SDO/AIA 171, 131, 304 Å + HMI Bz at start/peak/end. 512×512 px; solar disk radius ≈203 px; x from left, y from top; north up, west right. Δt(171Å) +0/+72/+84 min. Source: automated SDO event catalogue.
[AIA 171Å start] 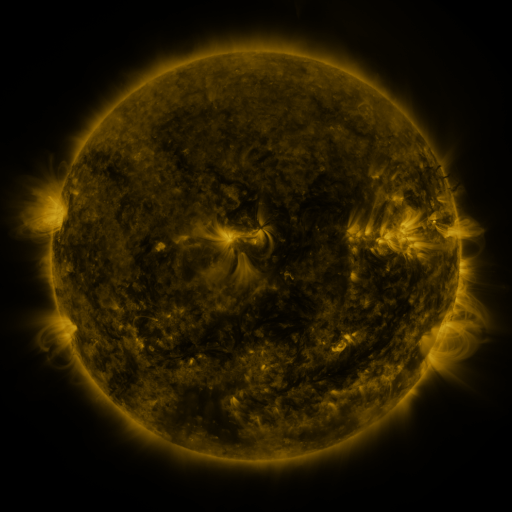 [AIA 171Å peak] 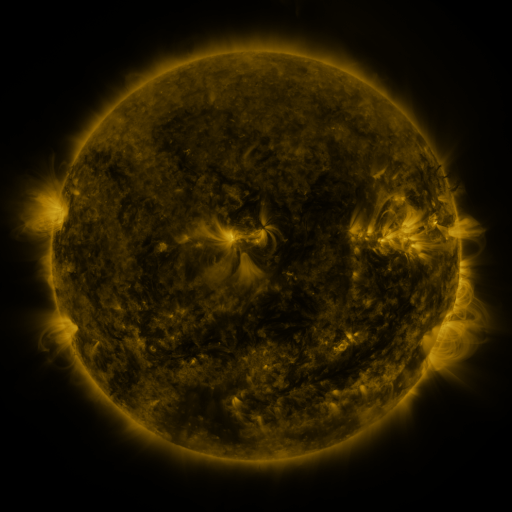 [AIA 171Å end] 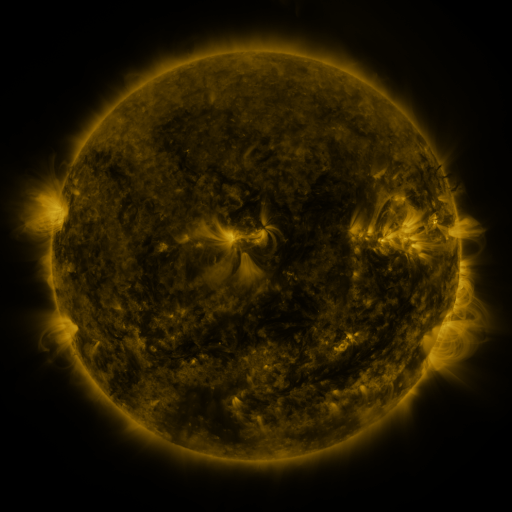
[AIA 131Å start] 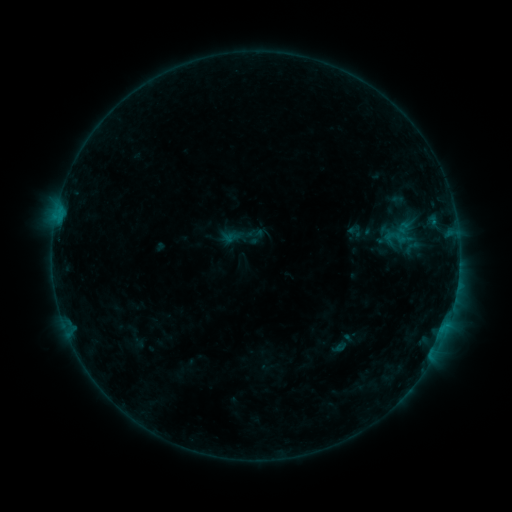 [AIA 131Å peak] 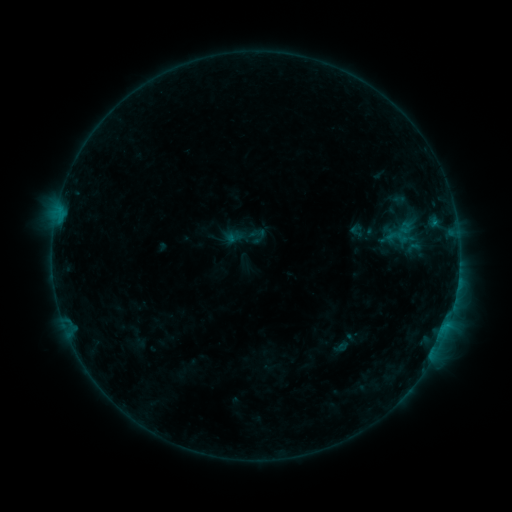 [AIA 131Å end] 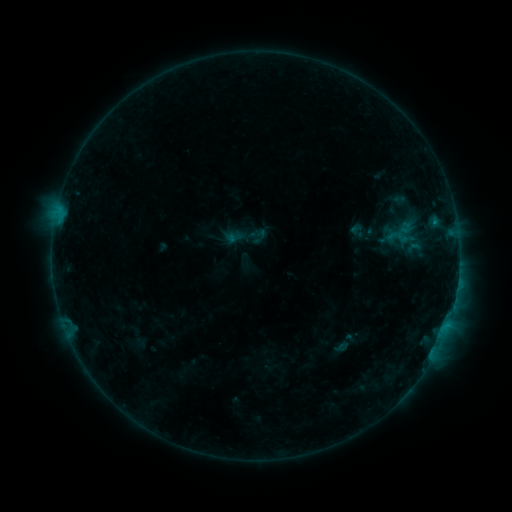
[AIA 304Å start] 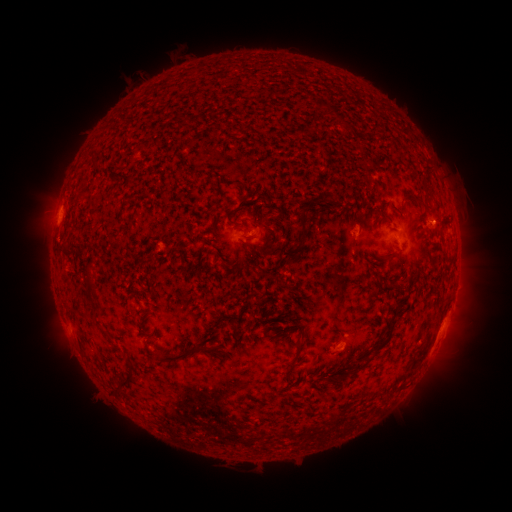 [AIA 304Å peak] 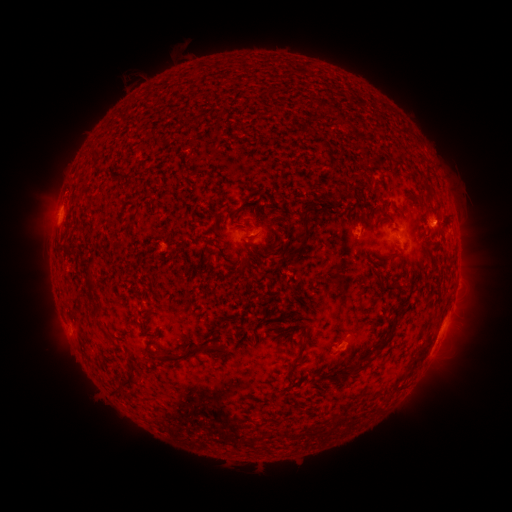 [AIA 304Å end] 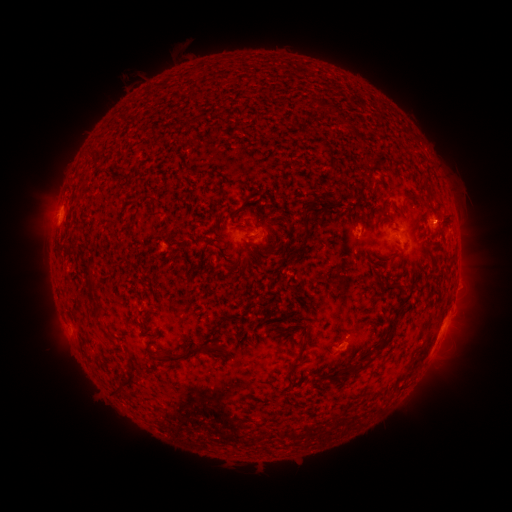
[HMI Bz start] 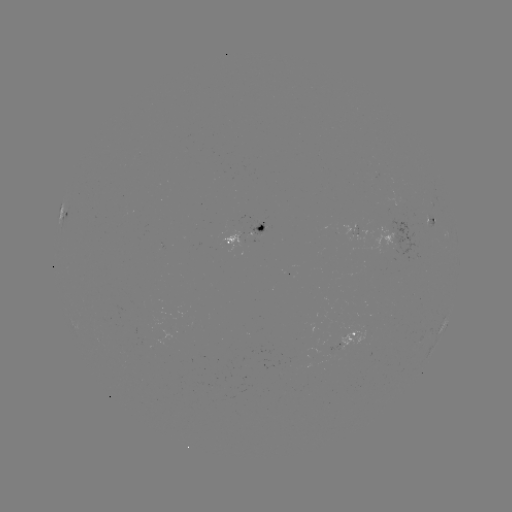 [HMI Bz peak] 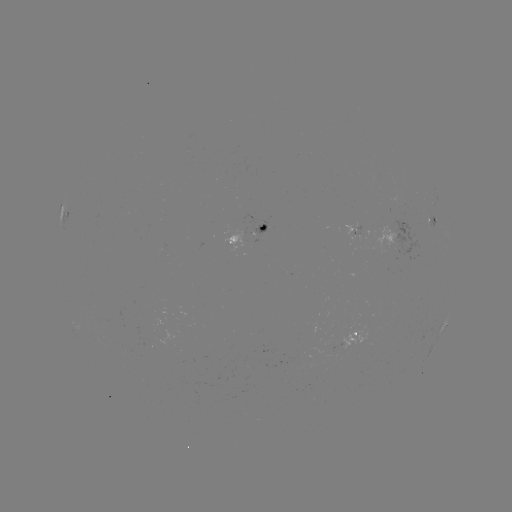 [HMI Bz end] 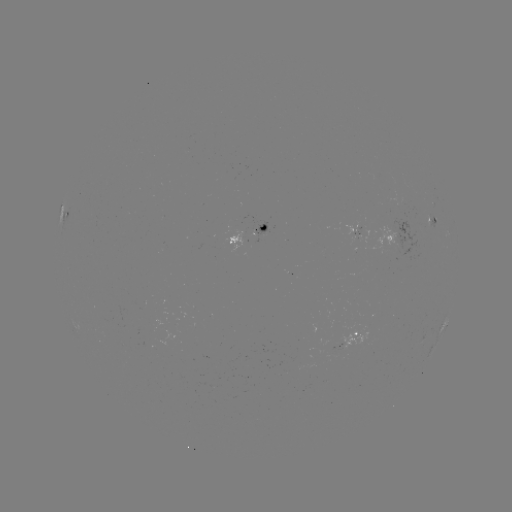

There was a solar emerging-flux region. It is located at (355, 228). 